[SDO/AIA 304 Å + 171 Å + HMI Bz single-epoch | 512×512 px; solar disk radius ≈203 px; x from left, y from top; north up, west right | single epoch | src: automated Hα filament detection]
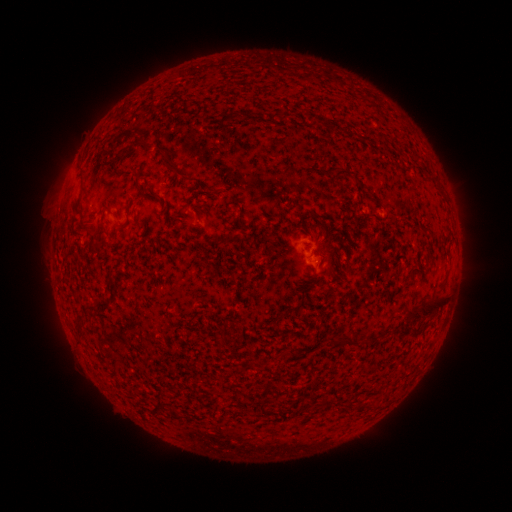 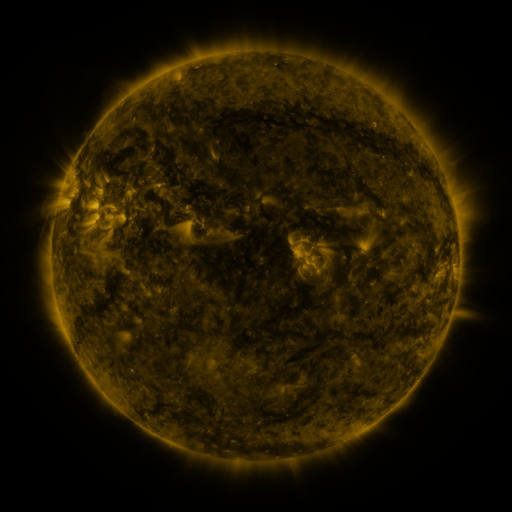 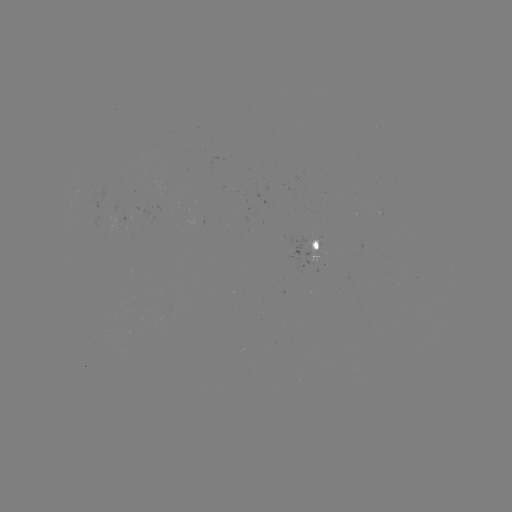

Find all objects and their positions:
filament: (316, 123)
filament: (139, 143)
filament: (163, 148)
filament: (176, 168)
filament: (338, 175)
filament: (141, 176)
filament: (315, 214)
filament: (136, 218)
filament: (330, 271)
filament: (427, 310)
filament: (283, 316)
filament: (384, 330)
filament: (342, 340)
filament: (174, 410)
